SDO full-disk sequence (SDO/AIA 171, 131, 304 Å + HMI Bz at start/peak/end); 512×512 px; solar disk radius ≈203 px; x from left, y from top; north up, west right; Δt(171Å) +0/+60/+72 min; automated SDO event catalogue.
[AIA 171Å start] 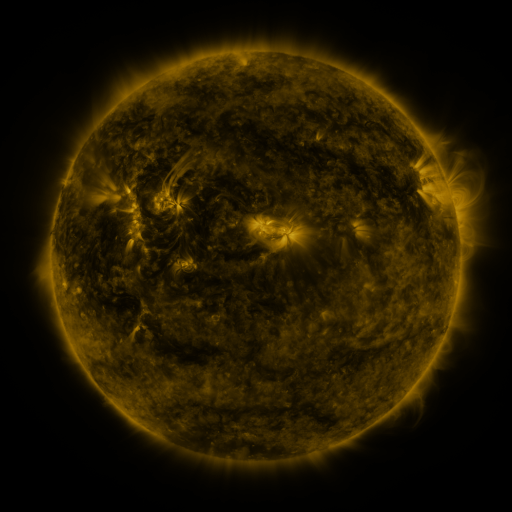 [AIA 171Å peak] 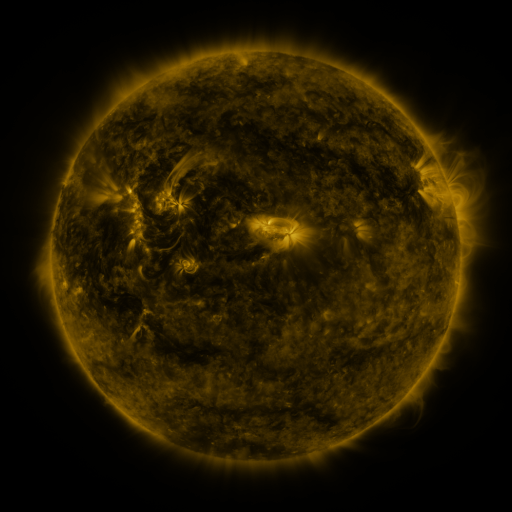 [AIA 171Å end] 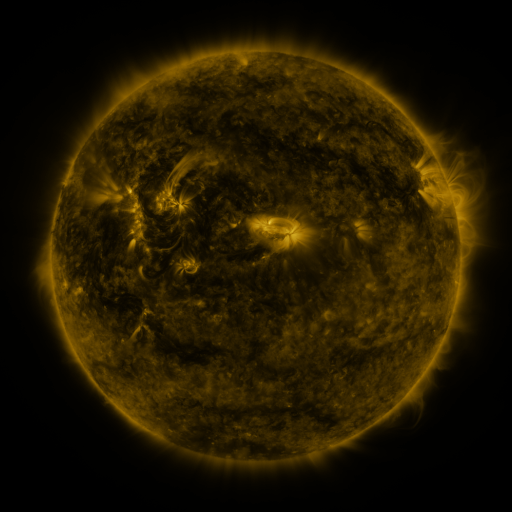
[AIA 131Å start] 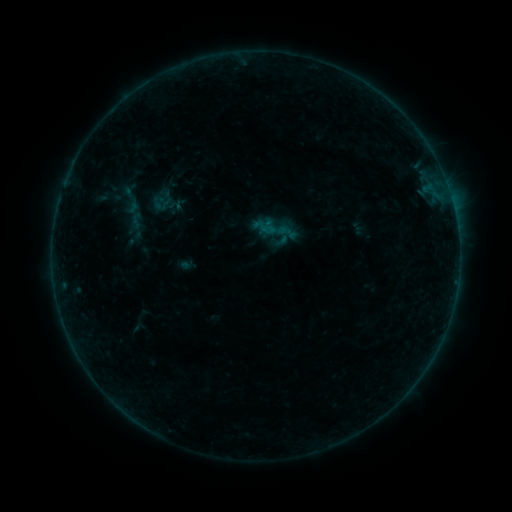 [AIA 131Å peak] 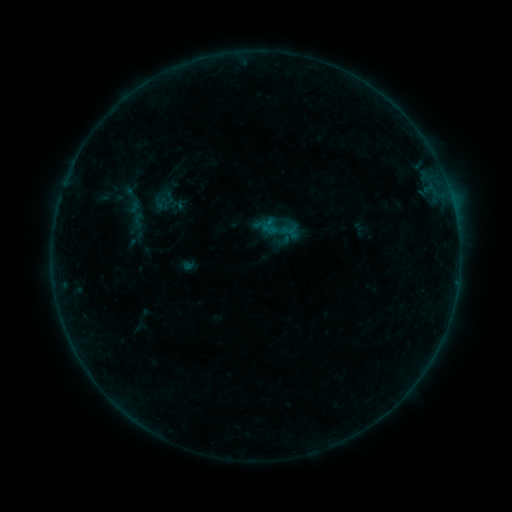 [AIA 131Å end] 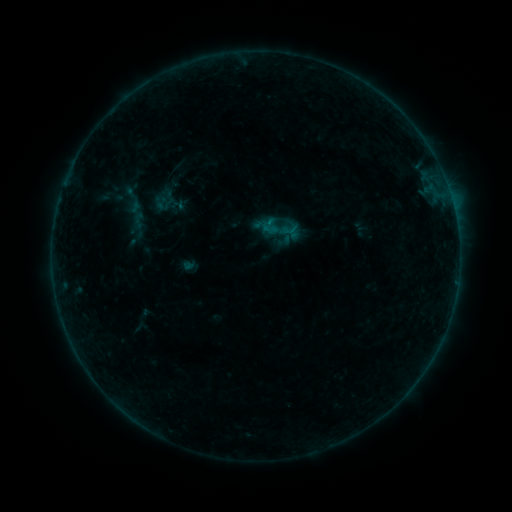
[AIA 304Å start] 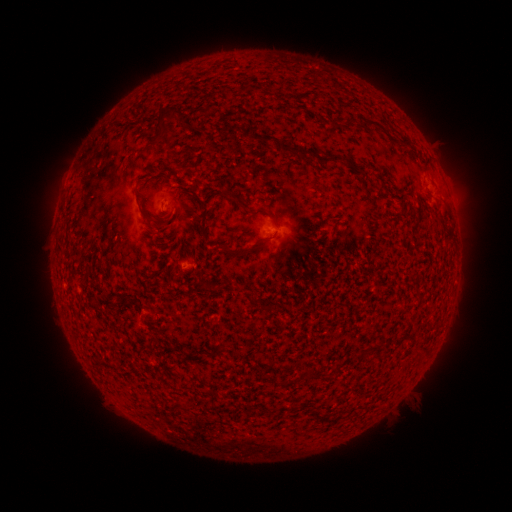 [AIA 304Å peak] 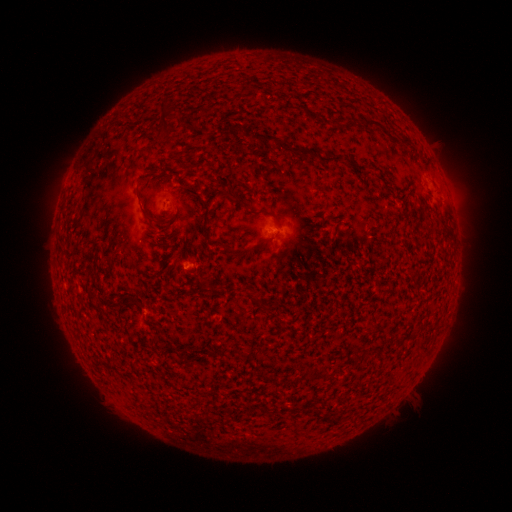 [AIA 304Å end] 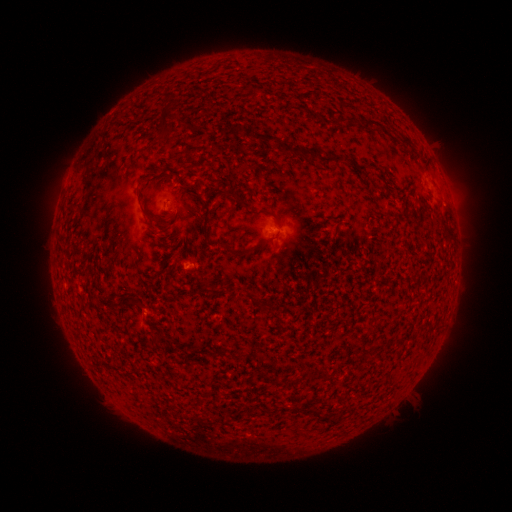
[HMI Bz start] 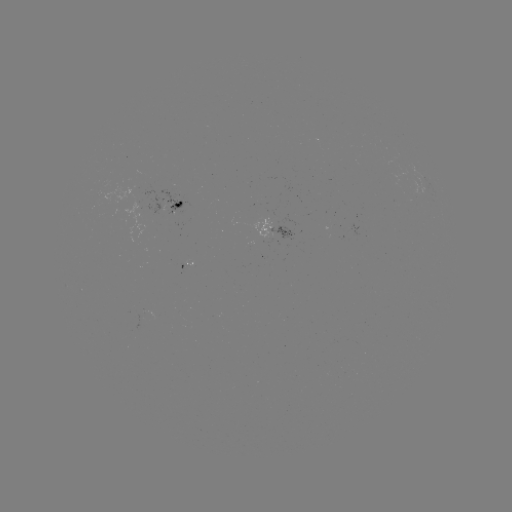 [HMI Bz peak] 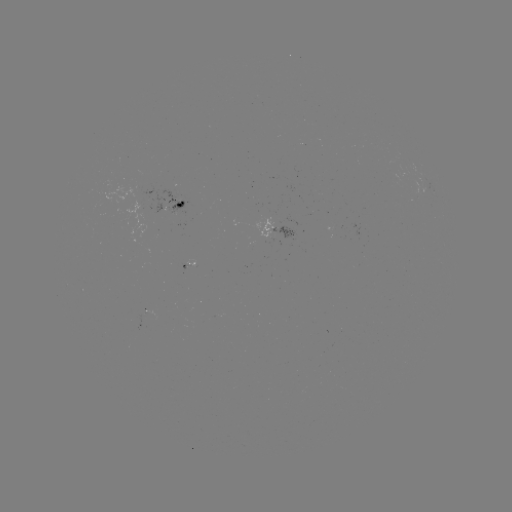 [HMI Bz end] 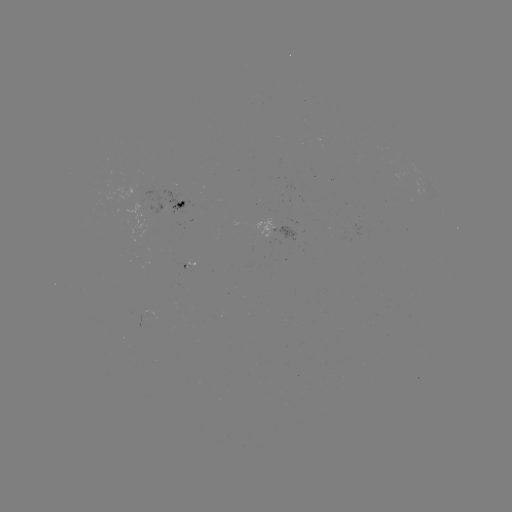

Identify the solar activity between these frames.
emerging-flux region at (148, 311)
